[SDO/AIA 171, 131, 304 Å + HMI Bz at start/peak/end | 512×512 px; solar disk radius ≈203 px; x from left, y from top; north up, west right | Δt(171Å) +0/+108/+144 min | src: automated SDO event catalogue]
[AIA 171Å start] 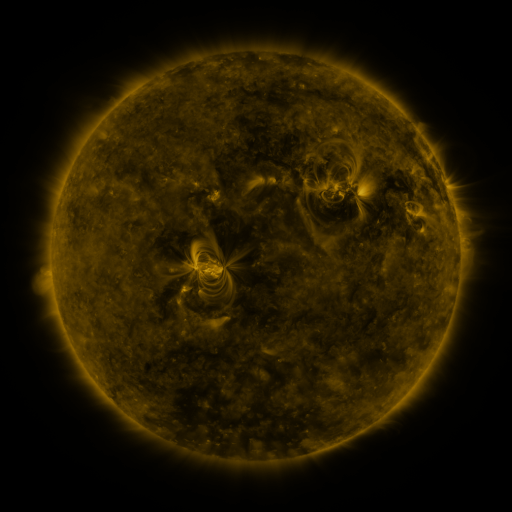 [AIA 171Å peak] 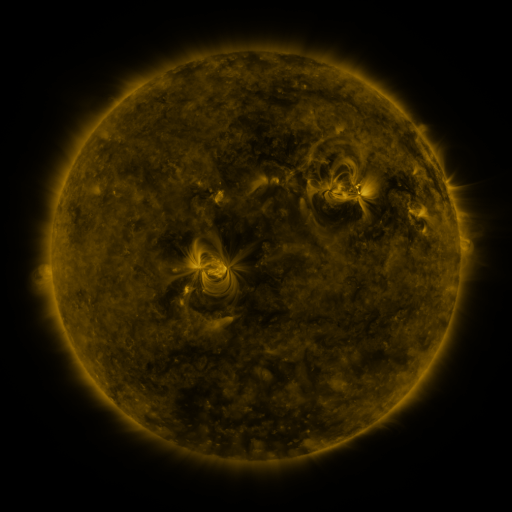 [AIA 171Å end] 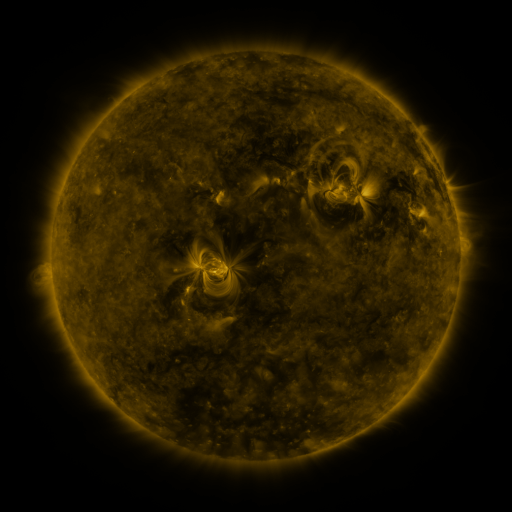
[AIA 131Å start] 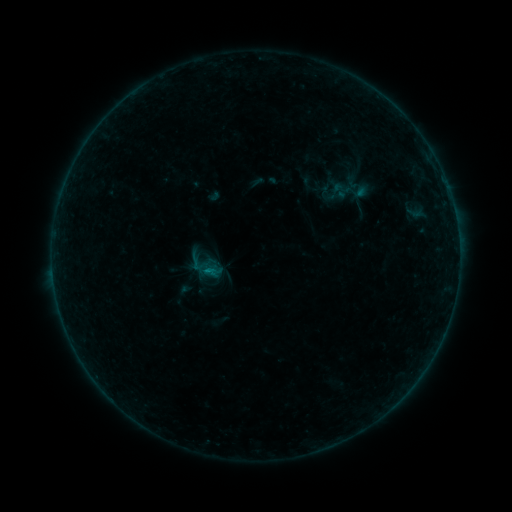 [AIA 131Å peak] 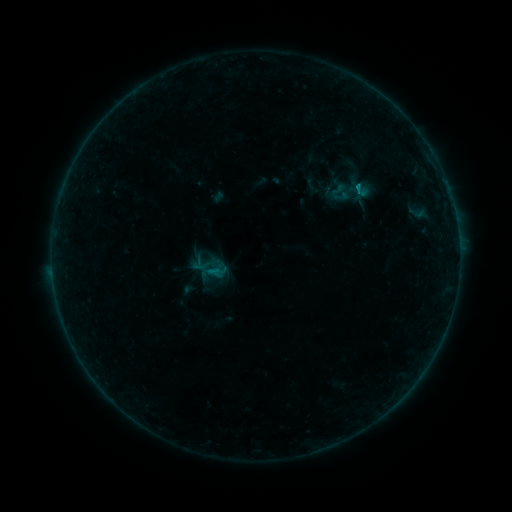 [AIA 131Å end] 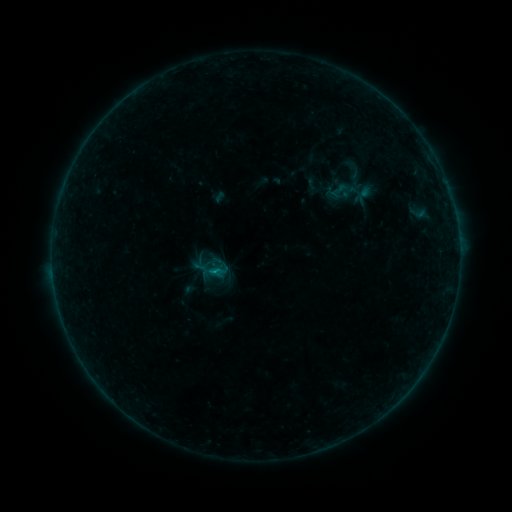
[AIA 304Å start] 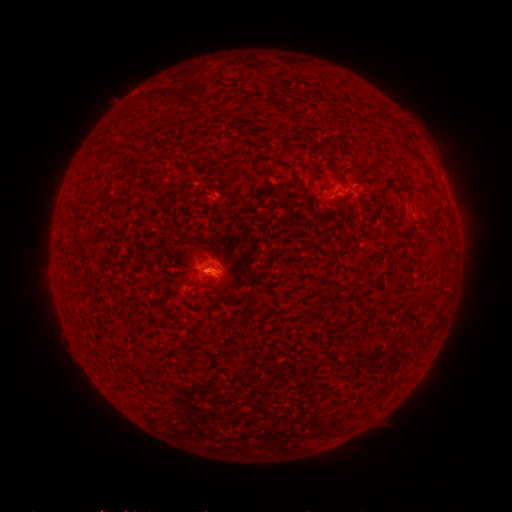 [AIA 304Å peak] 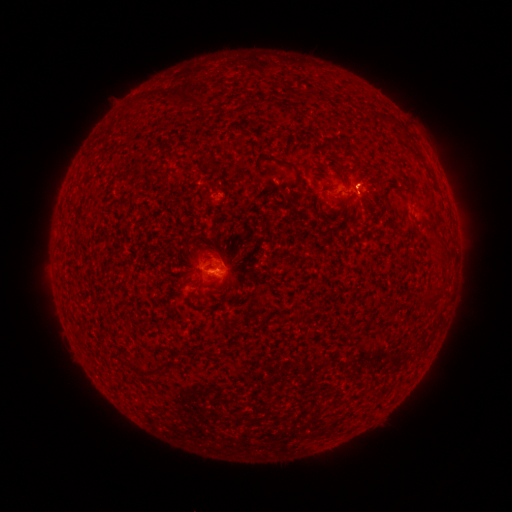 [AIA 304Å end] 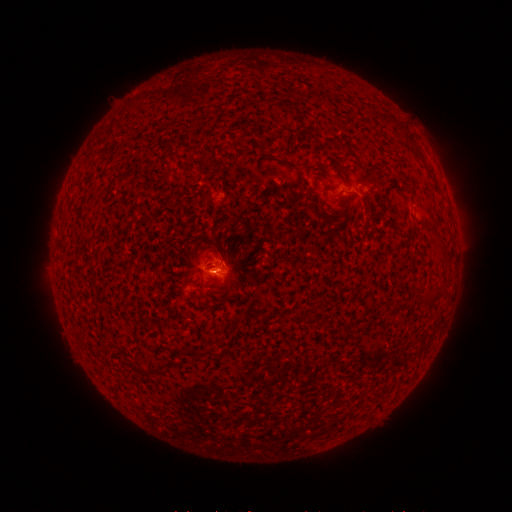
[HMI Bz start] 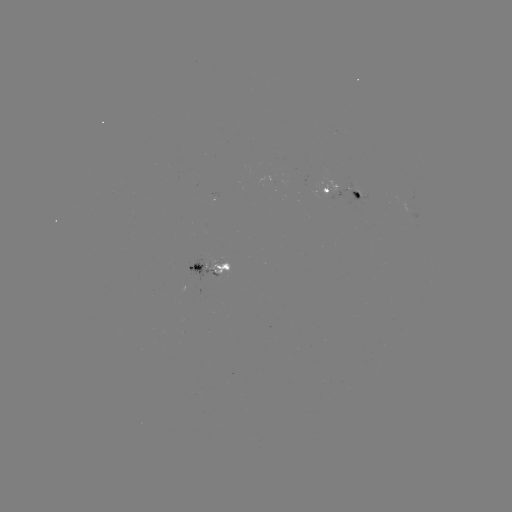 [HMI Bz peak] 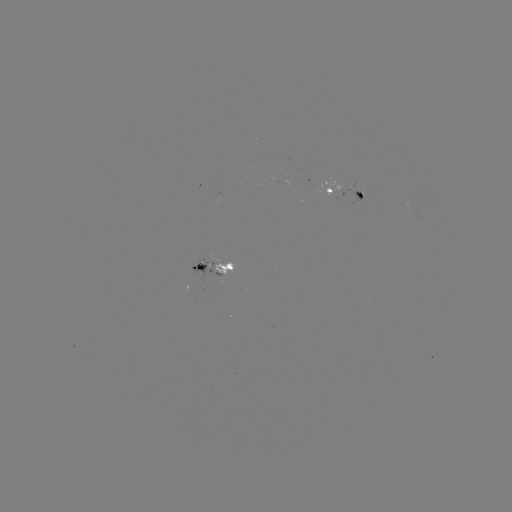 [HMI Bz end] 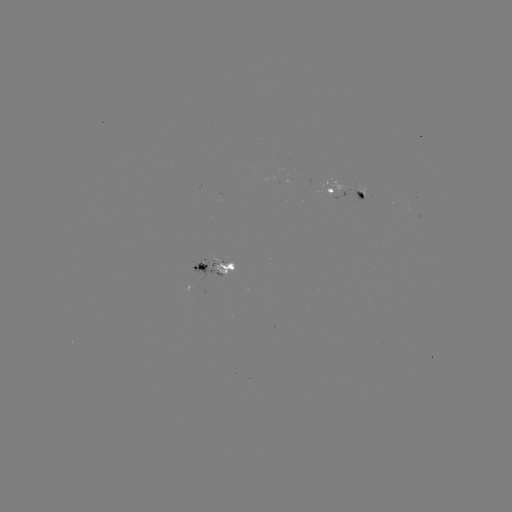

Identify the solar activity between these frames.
emerging-flux region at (342, 182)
